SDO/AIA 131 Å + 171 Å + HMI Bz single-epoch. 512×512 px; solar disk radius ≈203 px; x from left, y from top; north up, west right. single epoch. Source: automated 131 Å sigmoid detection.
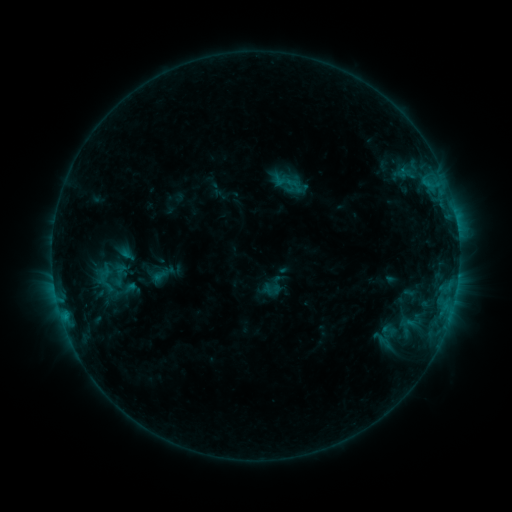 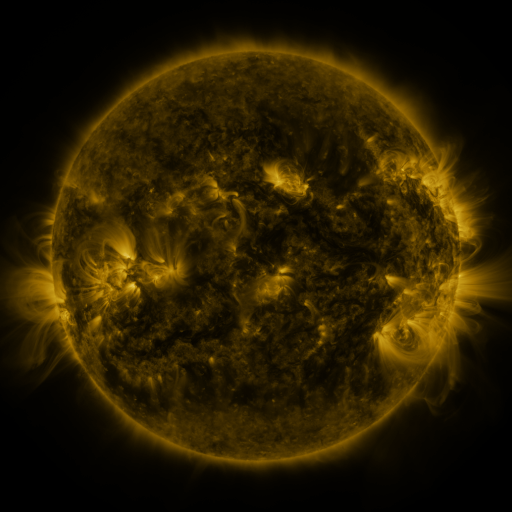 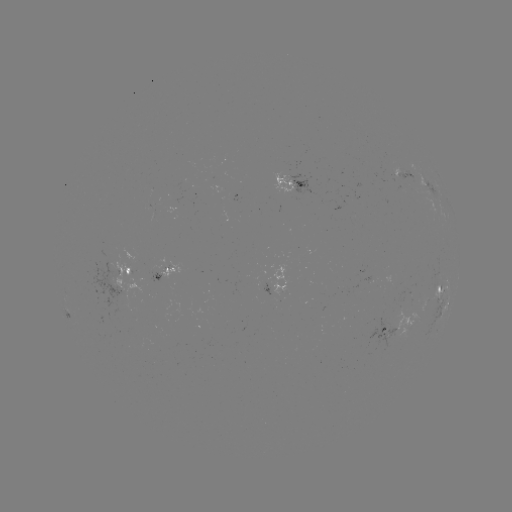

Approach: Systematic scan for sigmoid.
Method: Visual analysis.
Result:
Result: sigmoid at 119,274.